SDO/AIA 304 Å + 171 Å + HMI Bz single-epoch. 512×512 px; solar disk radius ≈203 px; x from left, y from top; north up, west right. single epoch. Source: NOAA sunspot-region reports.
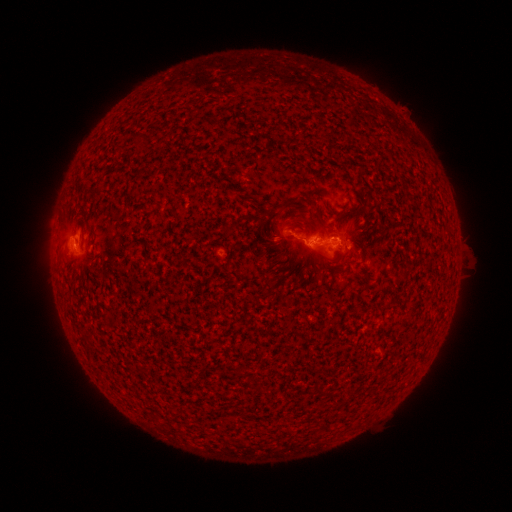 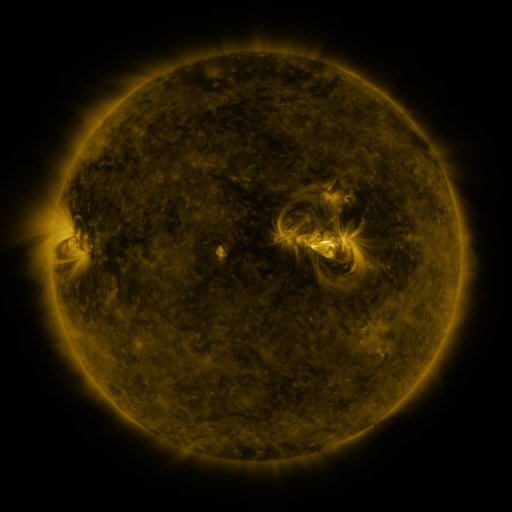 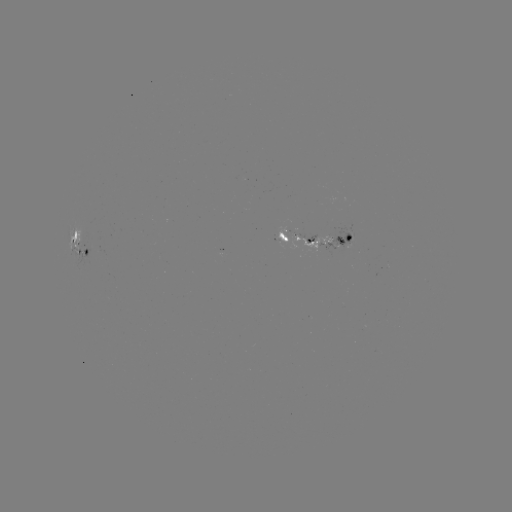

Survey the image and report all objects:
spotted active region: (317, 240)
spotted active region: (79, 243)
